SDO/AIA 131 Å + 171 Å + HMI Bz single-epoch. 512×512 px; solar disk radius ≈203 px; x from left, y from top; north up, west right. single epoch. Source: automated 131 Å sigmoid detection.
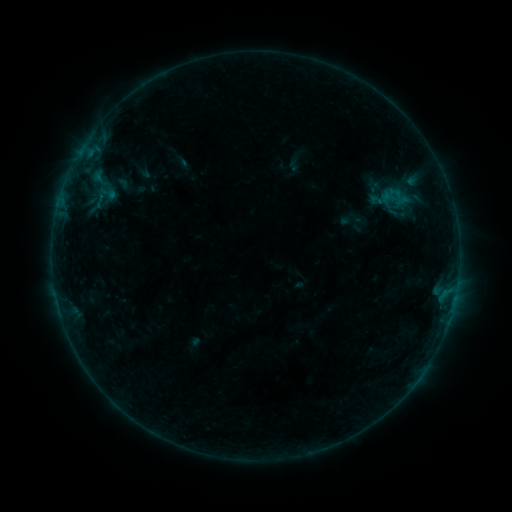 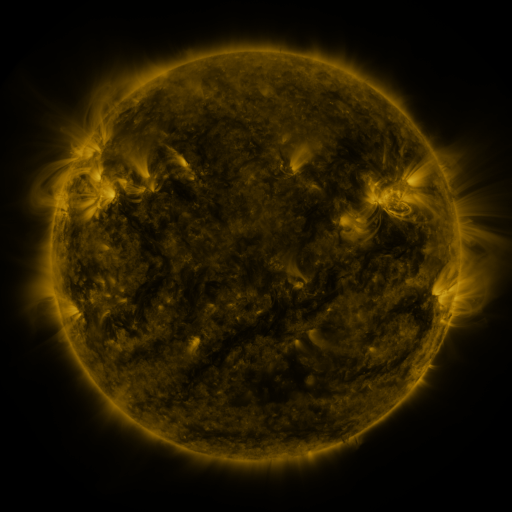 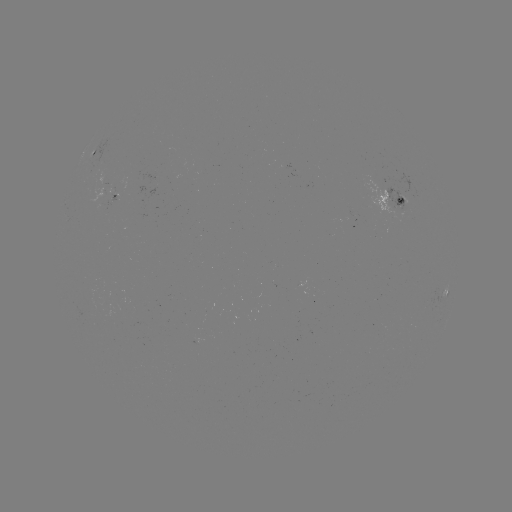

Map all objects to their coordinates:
sigmoid: [373, 178, 417, 218]
